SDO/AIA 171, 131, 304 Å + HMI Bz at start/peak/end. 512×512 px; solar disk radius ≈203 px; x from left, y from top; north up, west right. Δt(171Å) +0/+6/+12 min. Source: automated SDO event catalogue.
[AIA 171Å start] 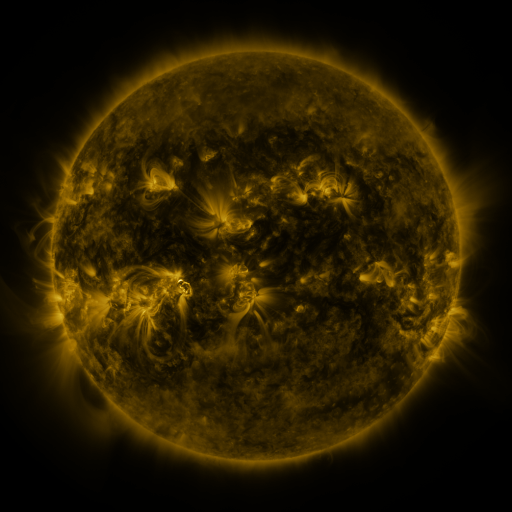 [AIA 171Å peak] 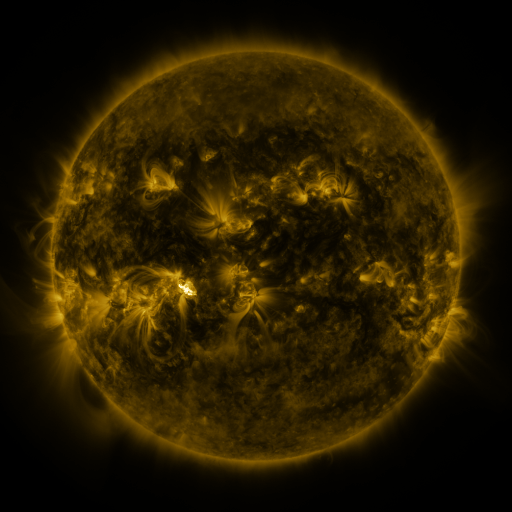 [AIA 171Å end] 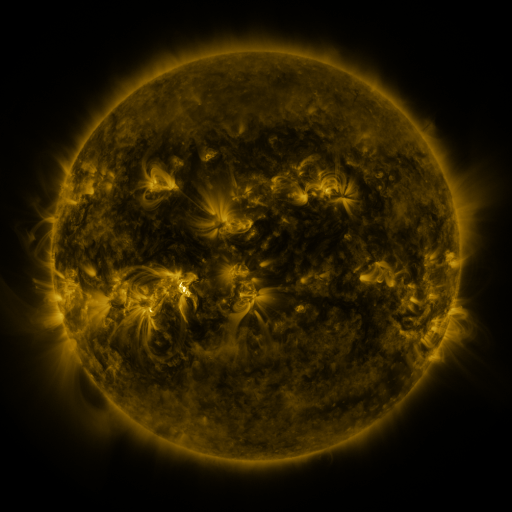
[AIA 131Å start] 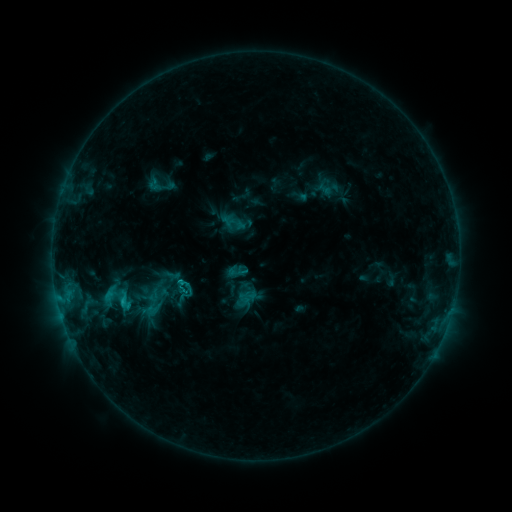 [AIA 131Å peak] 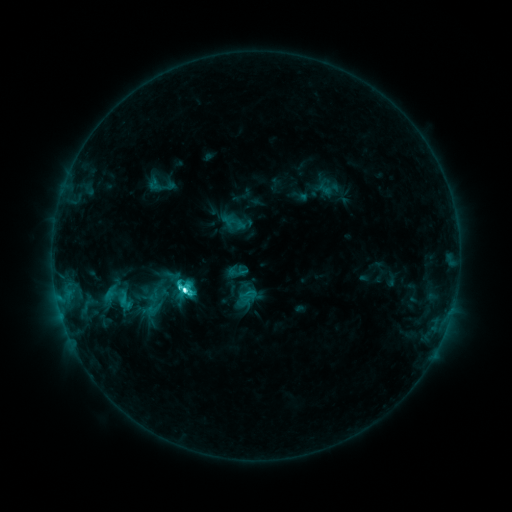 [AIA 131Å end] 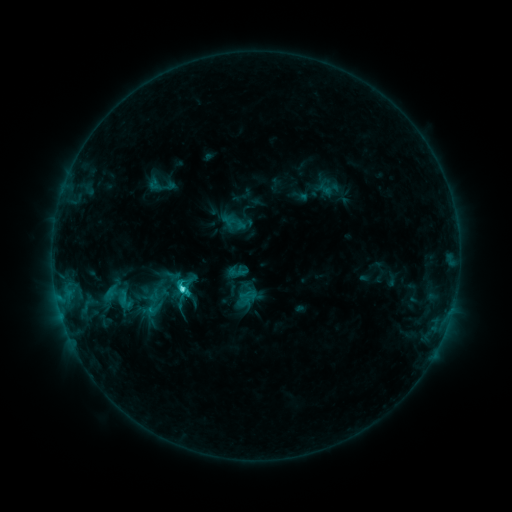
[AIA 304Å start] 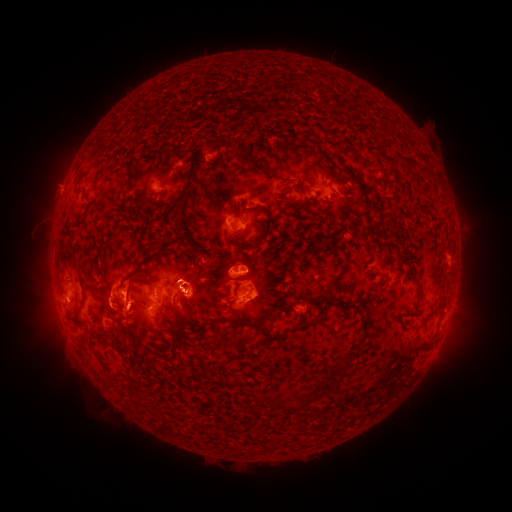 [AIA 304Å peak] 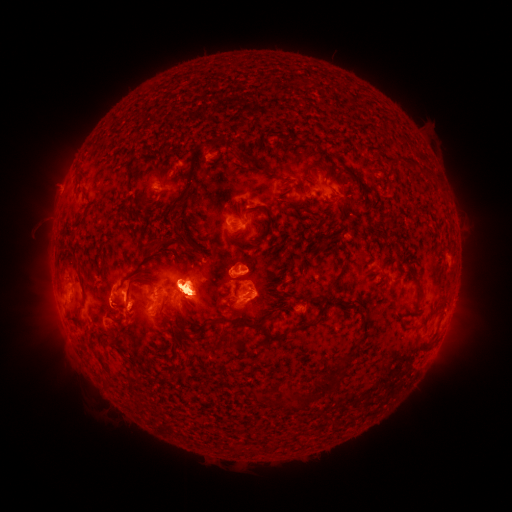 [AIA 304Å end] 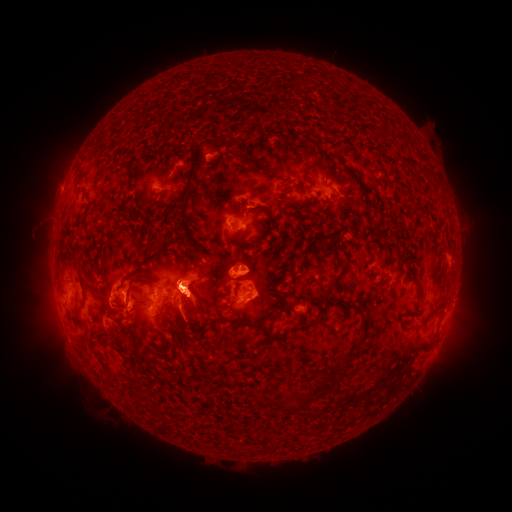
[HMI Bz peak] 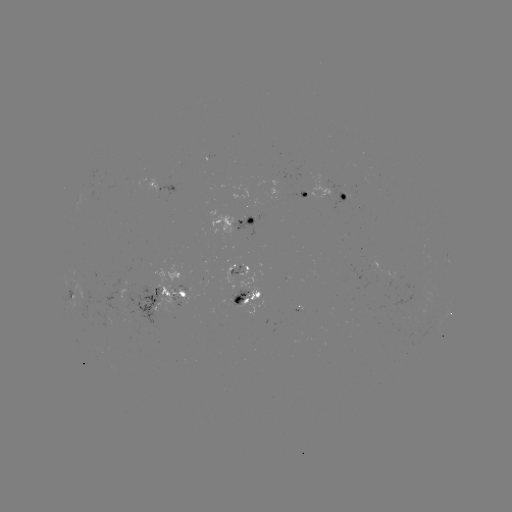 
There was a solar flare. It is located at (185, 287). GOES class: C7.3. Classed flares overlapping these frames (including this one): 1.